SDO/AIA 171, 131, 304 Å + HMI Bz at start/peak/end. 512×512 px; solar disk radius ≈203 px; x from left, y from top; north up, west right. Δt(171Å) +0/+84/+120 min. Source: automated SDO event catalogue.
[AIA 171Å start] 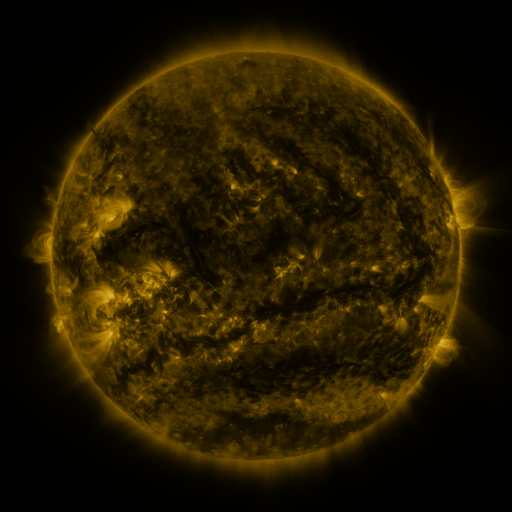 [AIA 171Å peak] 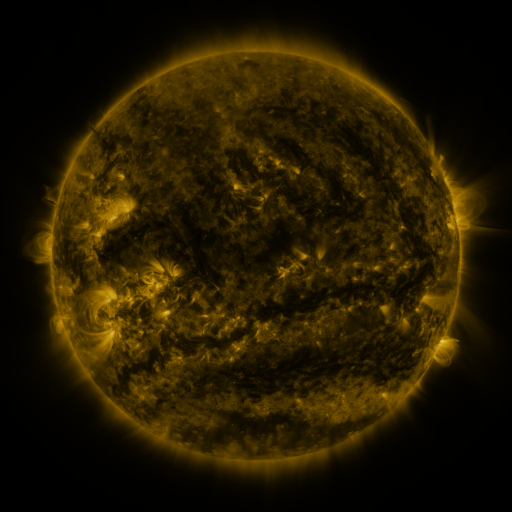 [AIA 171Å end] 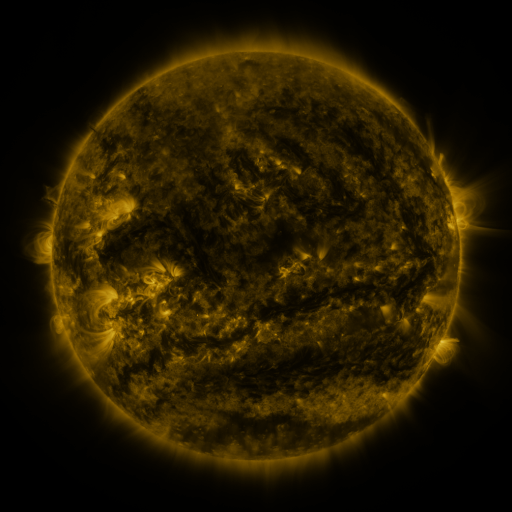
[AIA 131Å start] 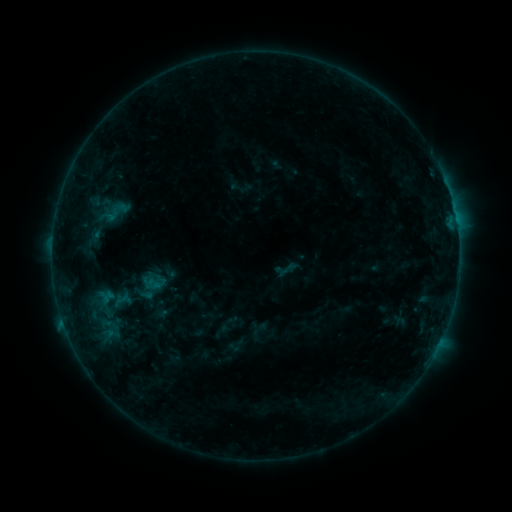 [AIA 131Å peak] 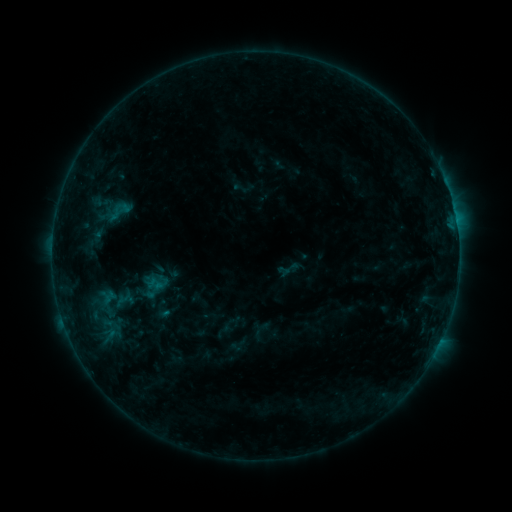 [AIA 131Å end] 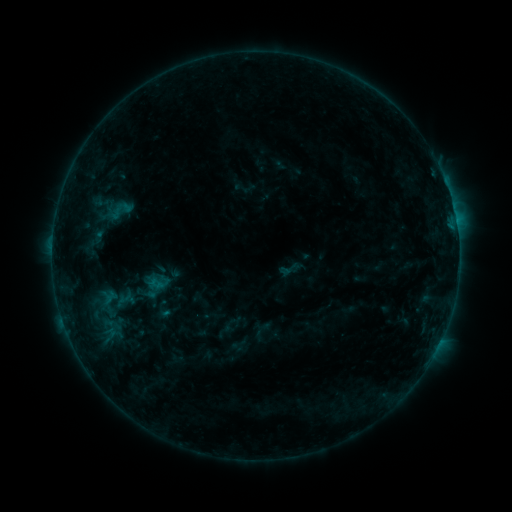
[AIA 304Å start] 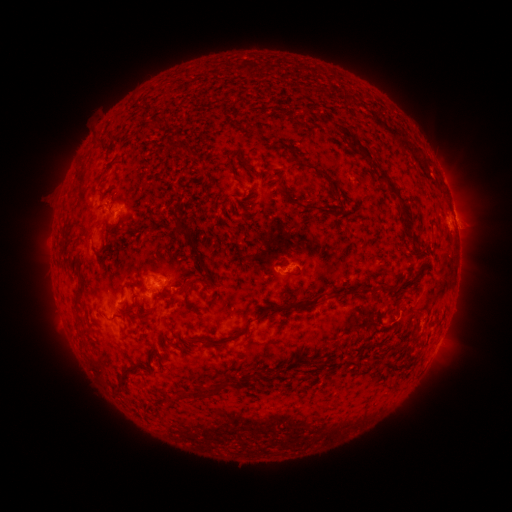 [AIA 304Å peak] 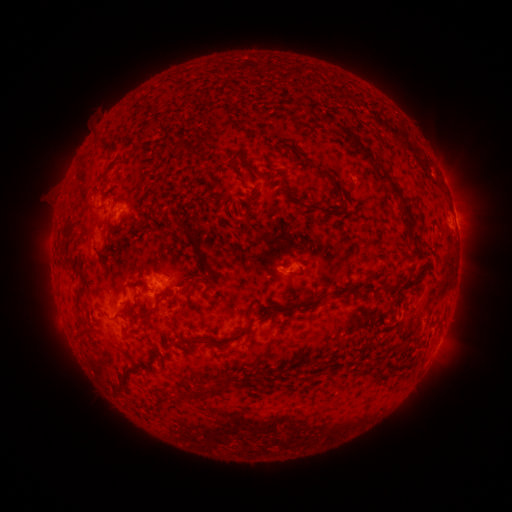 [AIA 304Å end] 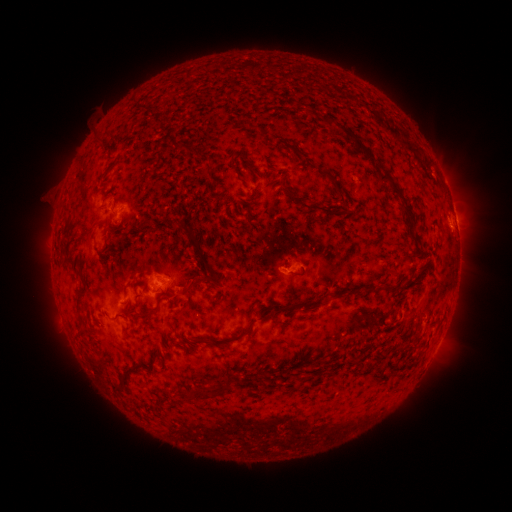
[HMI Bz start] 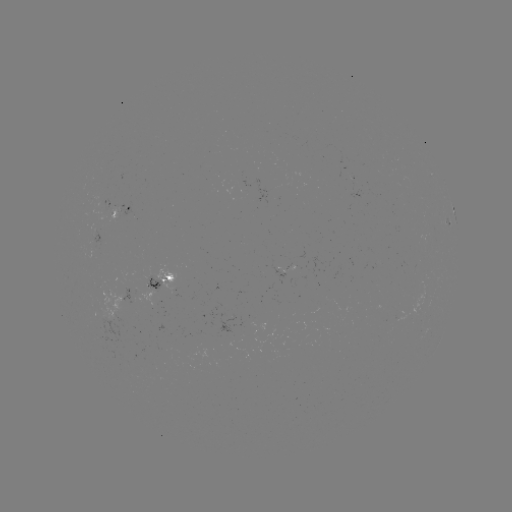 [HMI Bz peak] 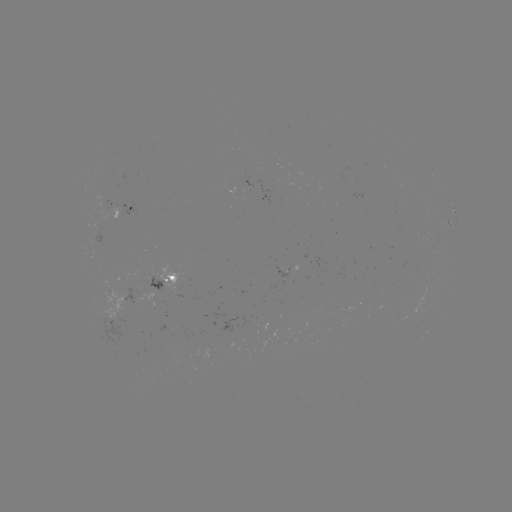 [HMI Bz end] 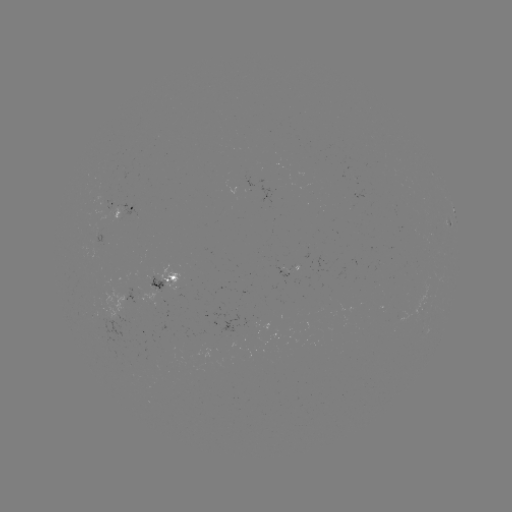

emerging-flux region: <bbox>147, 276, 163, 288</bbox>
